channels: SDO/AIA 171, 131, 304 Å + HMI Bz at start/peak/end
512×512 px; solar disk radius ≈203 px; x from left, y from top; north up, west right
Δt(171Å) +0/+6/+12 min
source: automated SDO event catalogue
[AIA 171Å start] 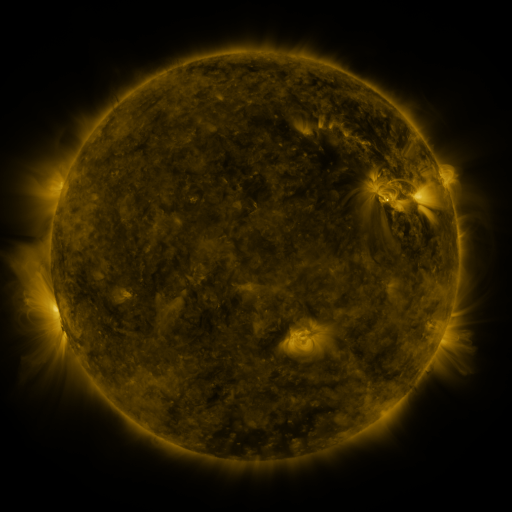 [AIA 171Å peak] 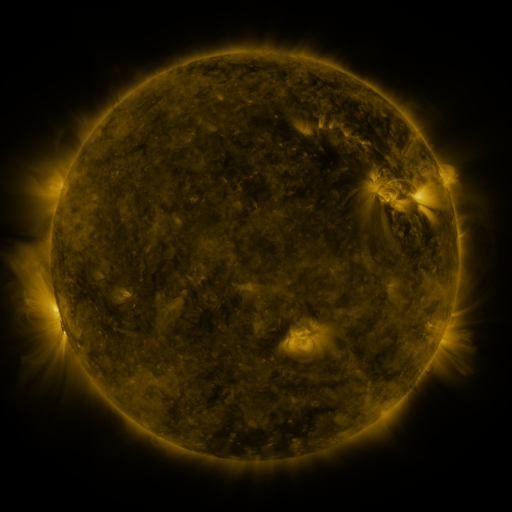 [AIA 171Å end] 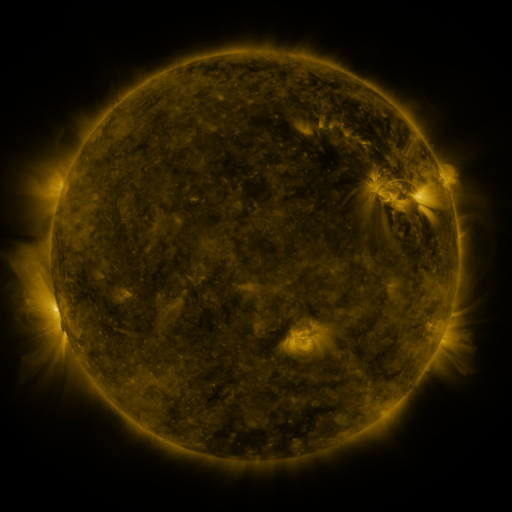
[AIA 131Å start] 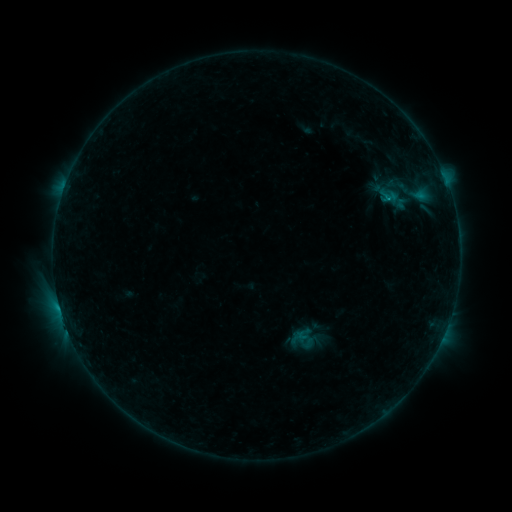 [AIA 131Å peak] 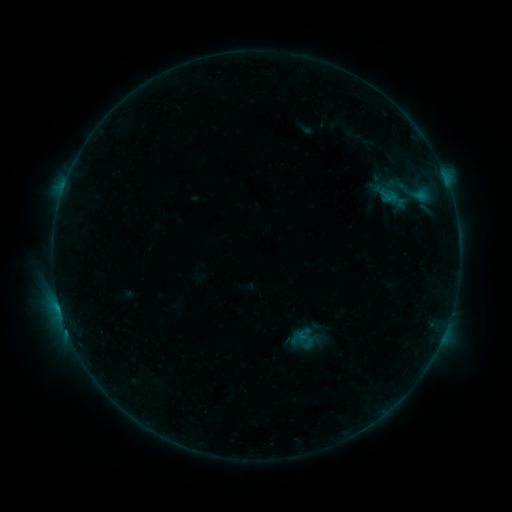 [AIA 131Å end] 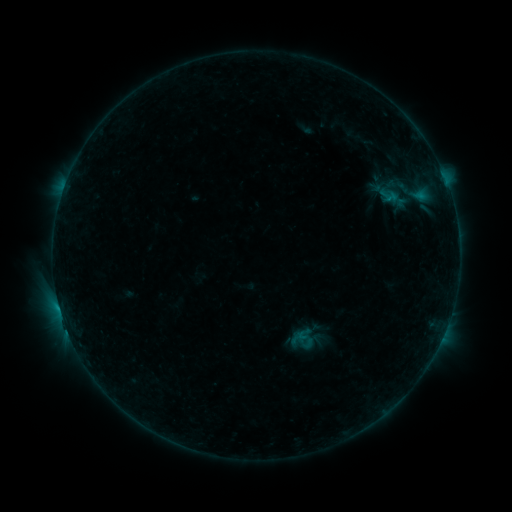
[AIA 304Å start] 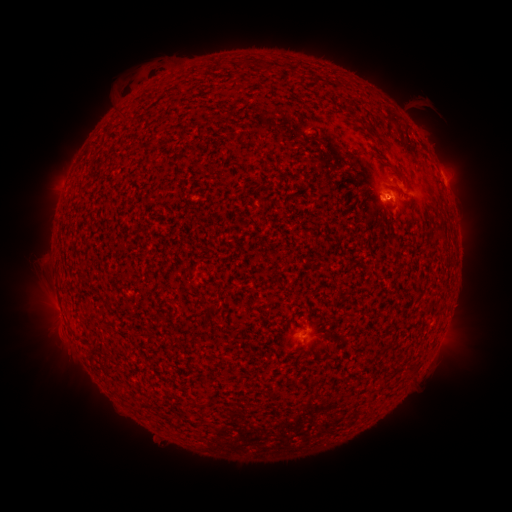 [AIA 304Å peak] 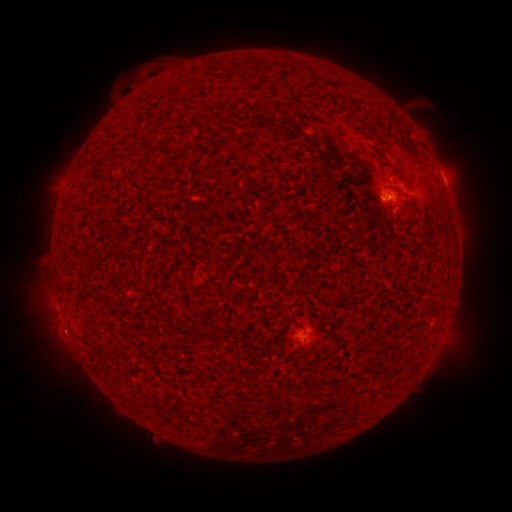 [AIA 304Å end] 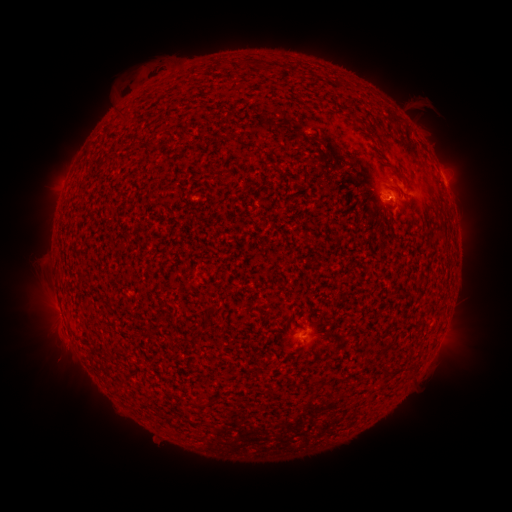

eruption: (362, 179, 432, 258)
